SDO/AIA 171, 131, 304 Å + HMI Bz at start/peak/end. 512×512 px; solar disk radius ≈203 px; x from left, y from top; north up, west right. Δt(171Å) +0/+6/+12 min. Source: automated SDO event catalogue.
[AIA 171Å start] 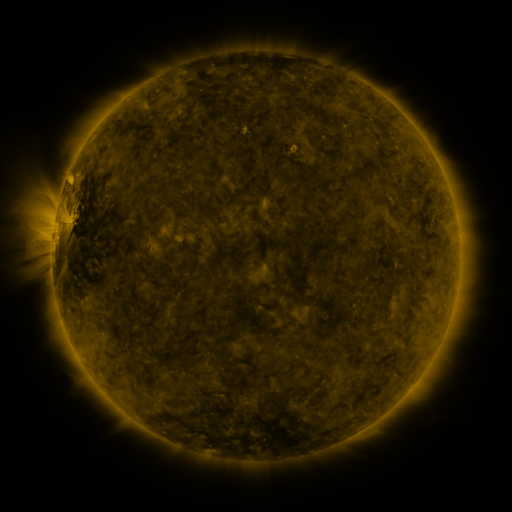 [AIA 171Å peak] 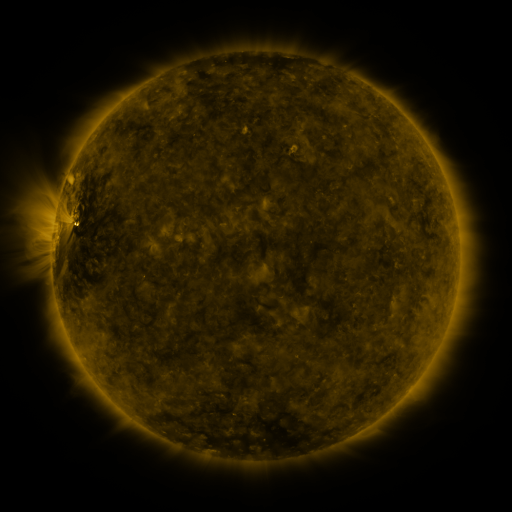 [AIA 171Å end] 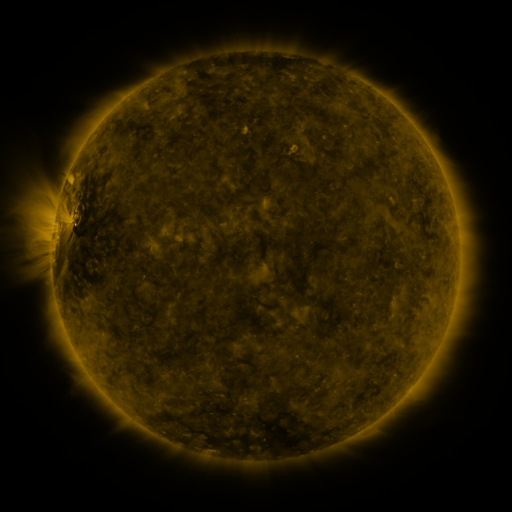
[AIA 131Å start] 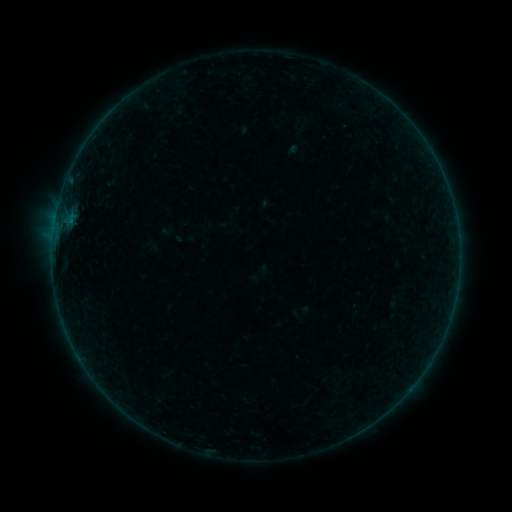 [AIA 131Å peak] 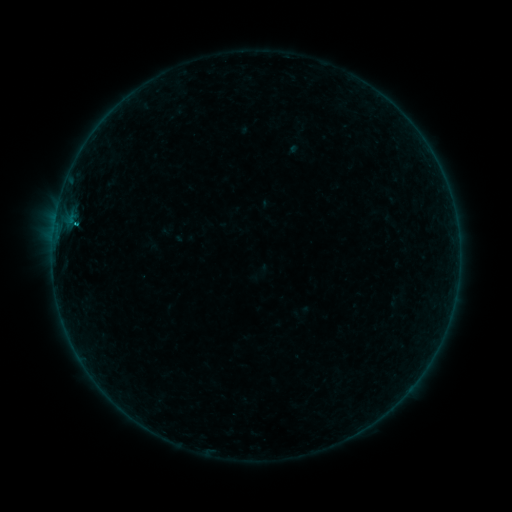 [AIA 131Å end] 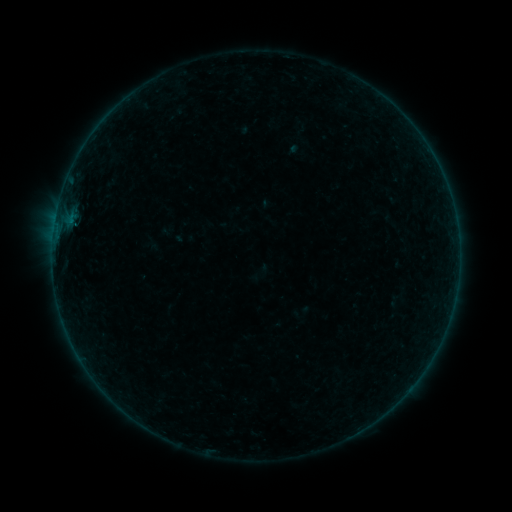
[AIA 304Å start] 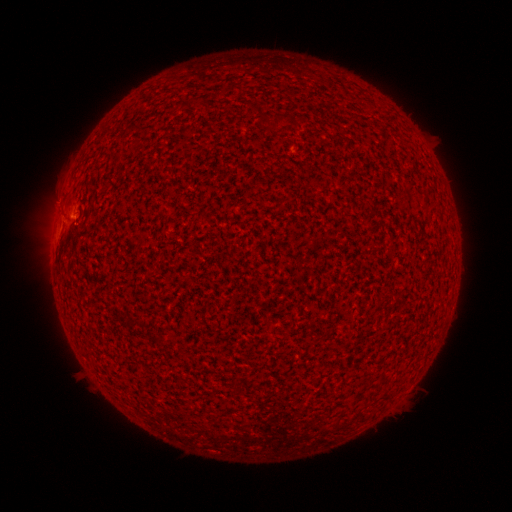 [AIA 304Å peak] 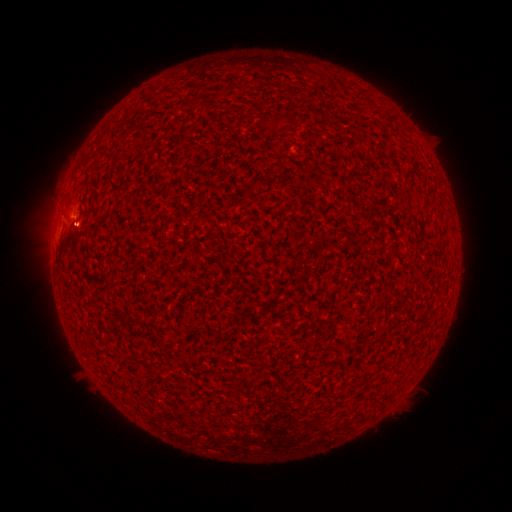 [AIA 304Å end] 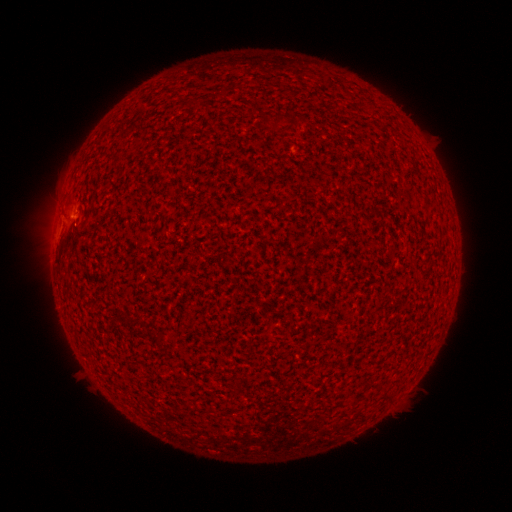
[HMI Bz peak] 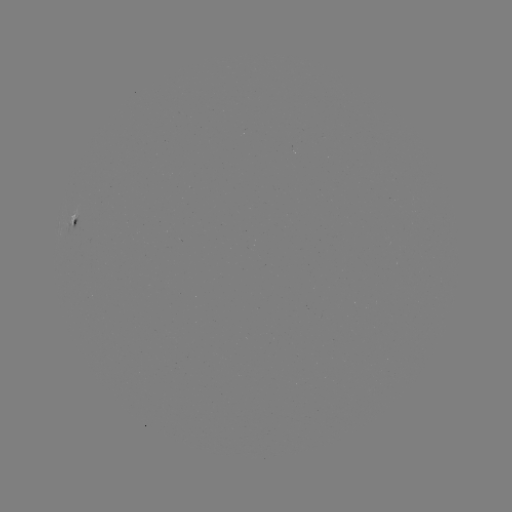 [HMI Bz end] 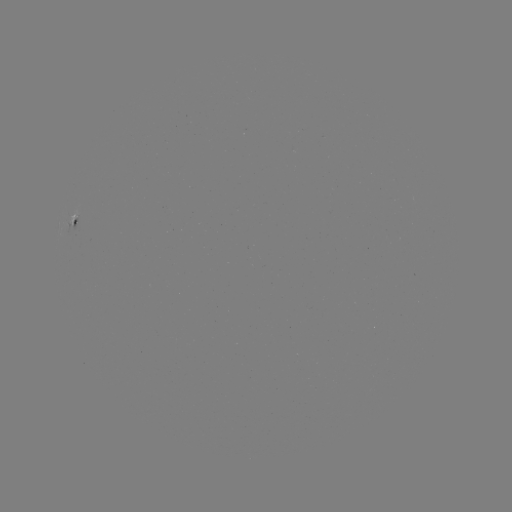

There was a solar flare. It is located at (77, 224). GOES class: B2.3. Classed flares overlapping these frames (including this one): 1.